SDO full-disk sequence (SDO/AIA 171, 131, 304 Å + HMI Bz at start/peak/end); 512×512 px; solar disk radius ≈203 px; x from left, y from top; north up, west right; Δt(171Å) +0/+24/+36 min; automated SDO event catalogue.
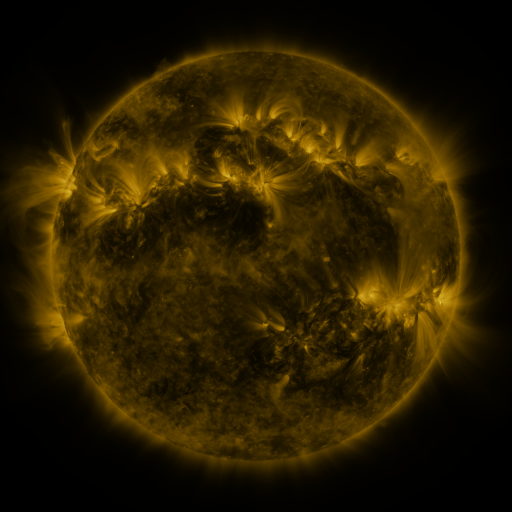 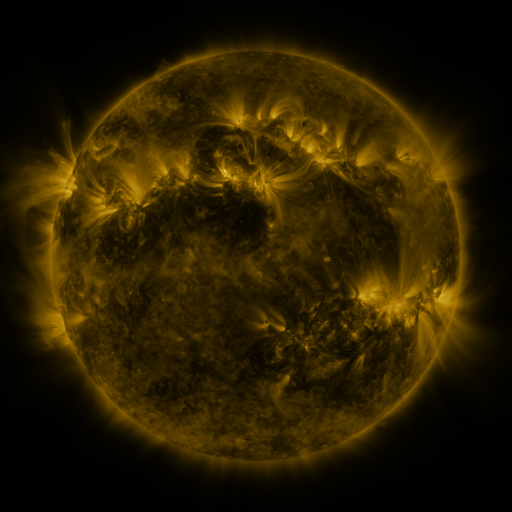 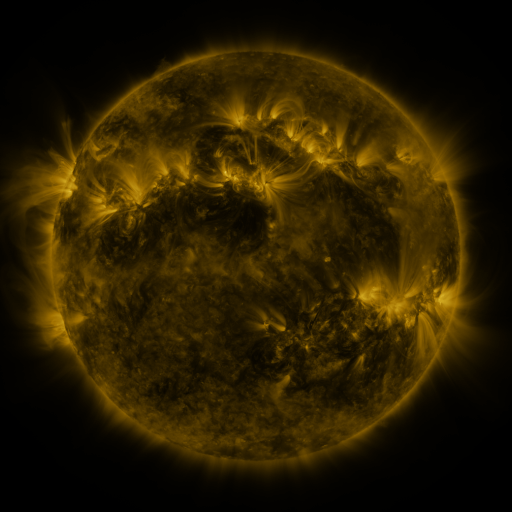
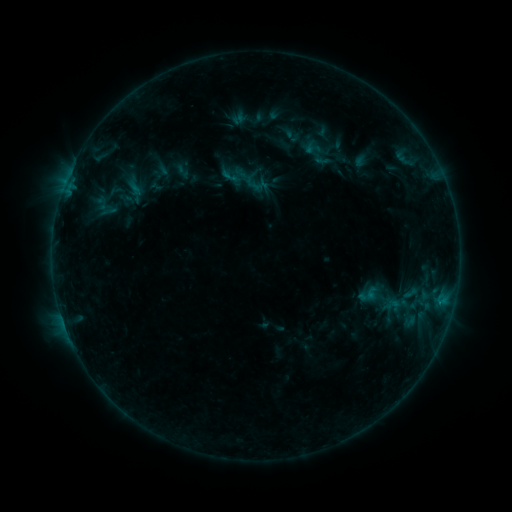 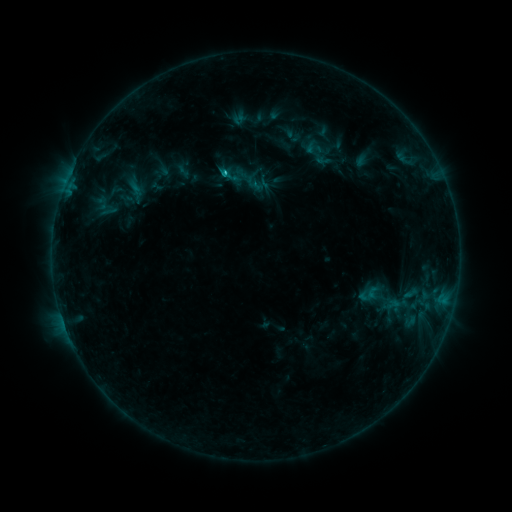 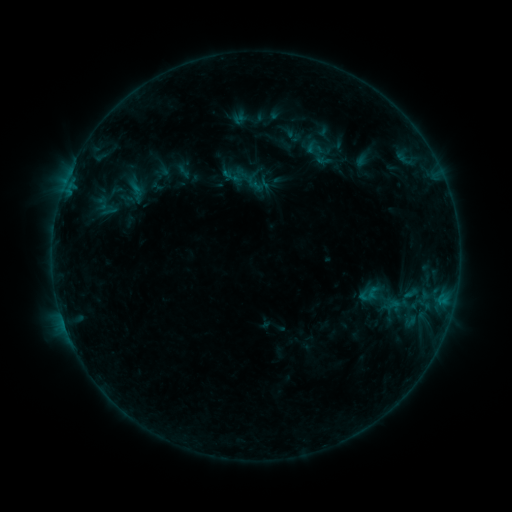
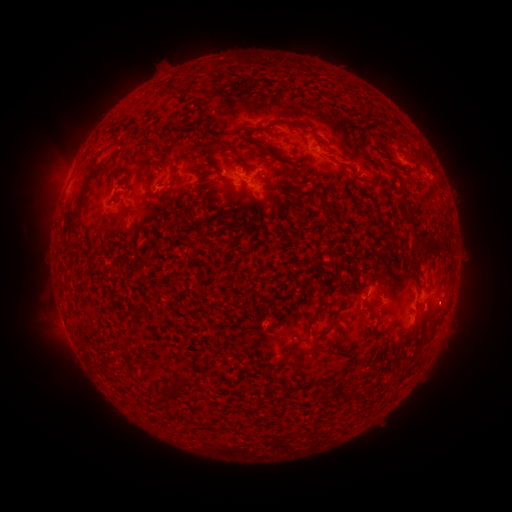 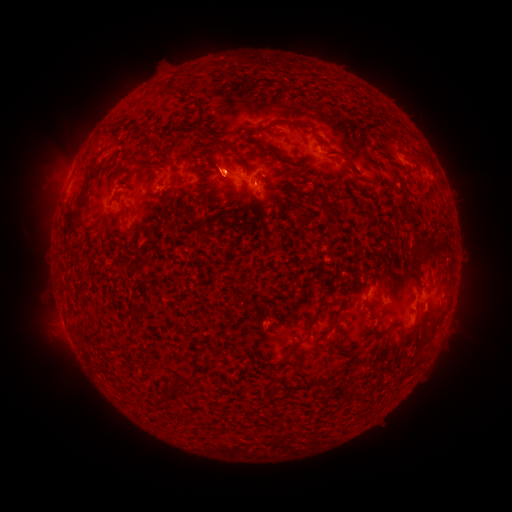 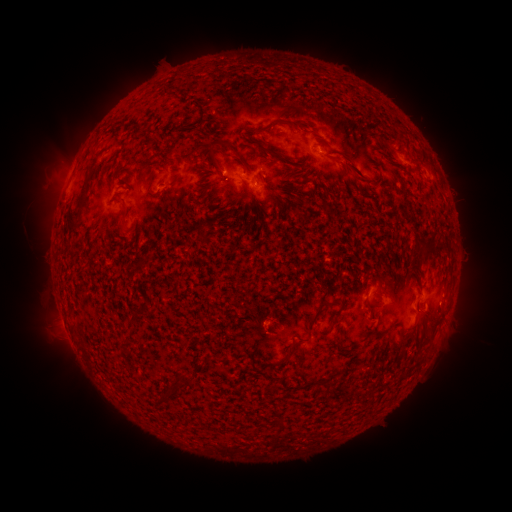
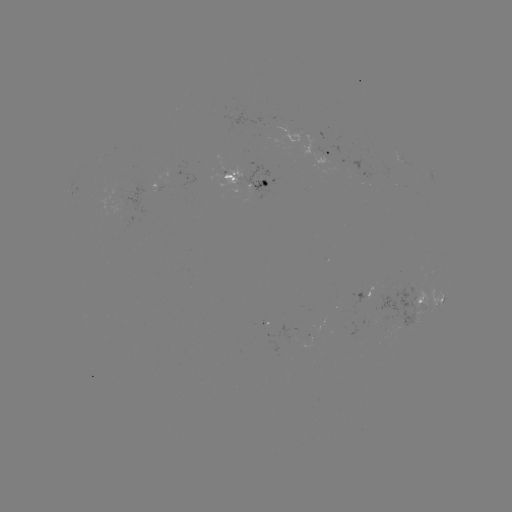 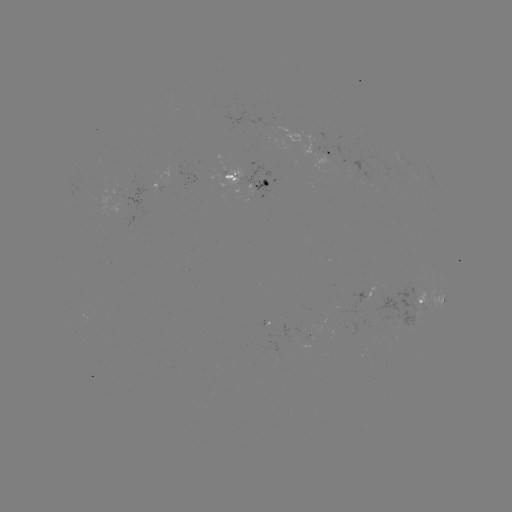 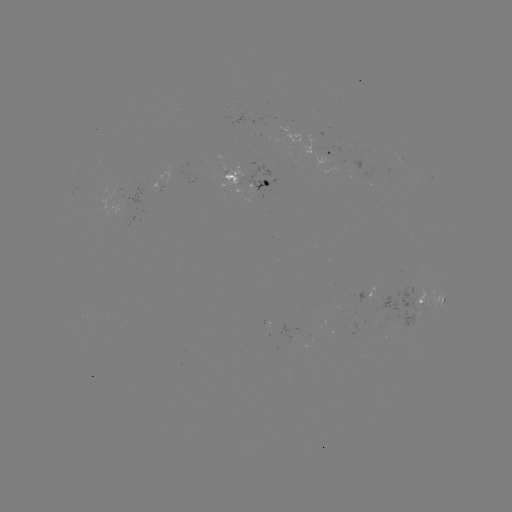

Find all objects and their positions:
emerging-flux region: (237, 178)
